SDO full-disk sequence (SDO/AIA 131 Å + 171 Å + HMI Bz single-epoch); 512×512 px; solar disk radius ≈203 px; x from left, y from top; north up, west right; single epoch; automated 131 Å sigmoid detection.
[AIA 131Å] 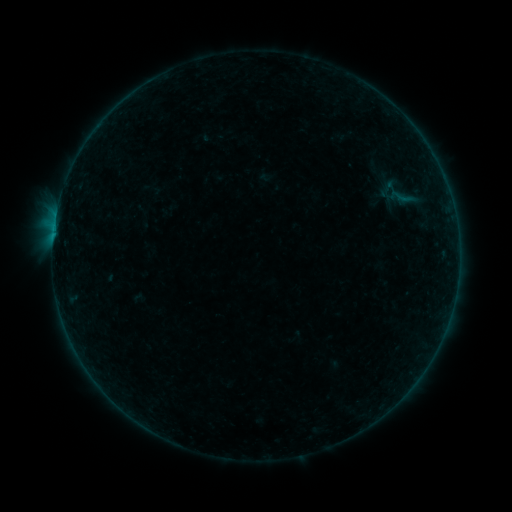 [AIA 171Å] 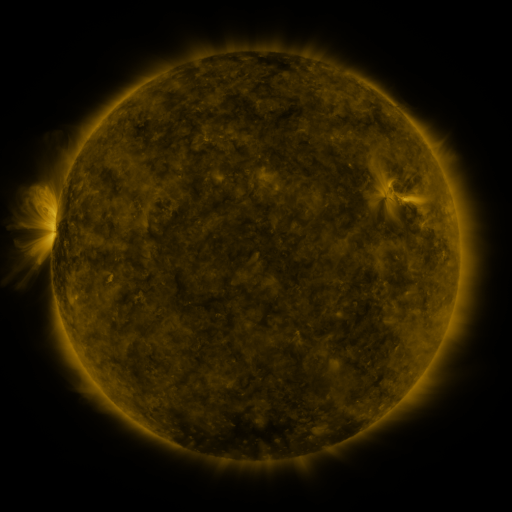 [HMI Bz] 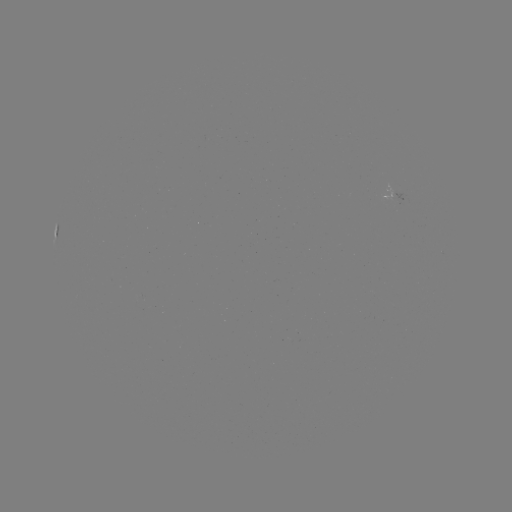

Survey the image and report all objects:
sigmoid: <bbox>382, 179, 421, 215</bbox>
